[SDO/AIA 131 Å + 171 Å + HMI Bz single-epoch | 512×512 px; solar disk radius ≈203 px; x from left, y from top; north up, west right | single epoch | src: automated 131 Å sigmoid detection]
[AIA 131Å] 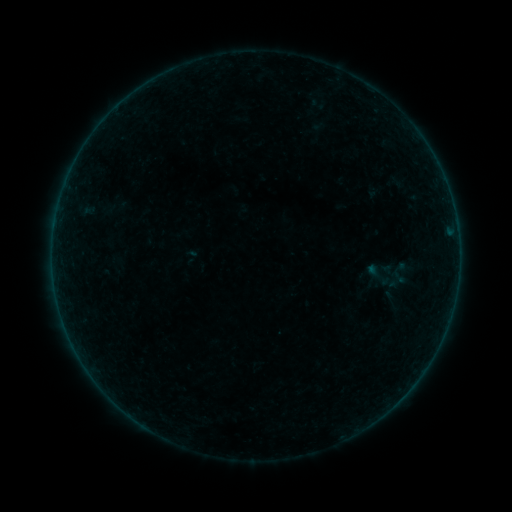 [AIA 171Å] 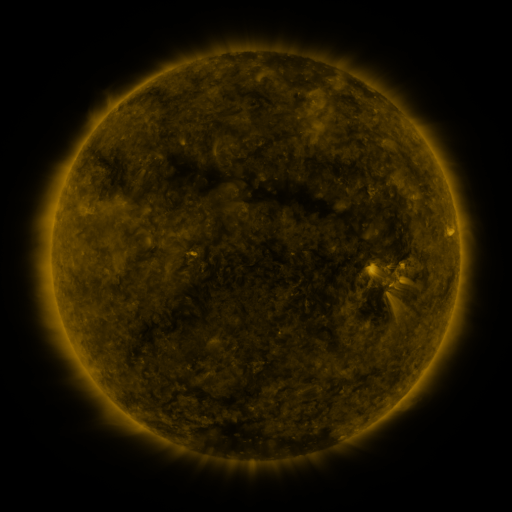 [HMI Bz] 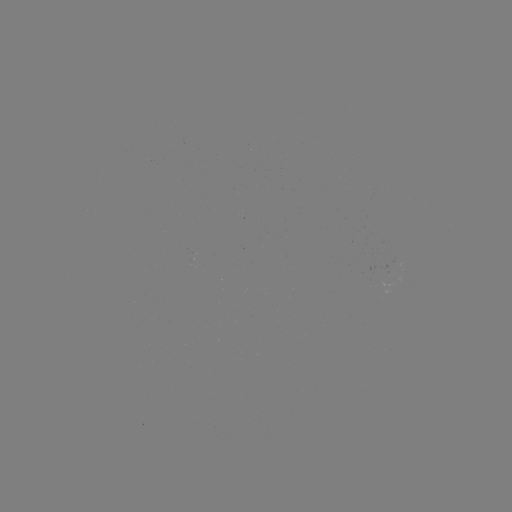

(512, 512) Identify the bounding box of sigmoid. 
[364, 259, 391, 290].